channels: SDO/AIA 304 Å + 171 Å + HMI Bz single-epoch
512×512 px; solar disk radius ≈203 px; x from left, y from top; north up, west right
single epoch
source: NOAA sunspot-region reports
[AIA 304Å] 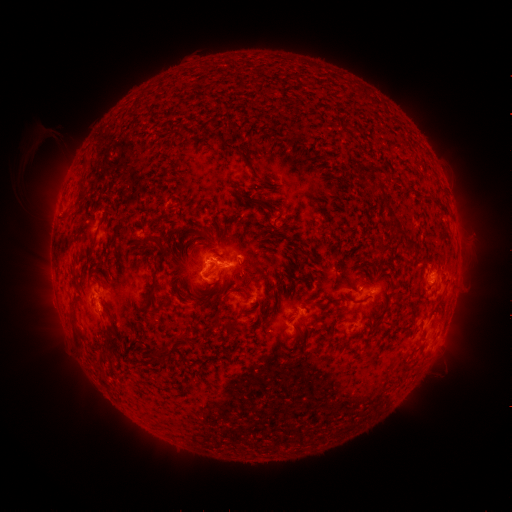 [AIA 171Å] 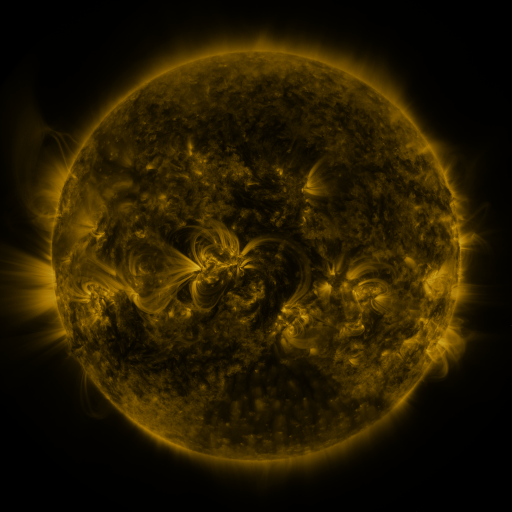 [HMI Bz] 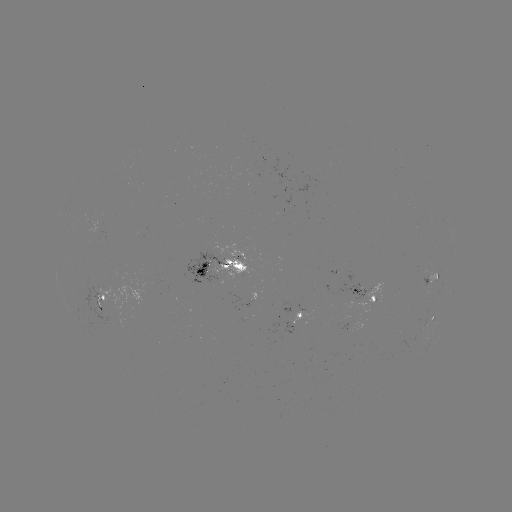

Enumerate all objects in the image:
spotted active region: (224, 269)
spotted active region: (432, 278)
spotted active region: (369, 292)
spotted active region: (103, 301)
spotted active region: (305, 314)
spotted active region: (434, 317)
spotted active region: (364, 323)
